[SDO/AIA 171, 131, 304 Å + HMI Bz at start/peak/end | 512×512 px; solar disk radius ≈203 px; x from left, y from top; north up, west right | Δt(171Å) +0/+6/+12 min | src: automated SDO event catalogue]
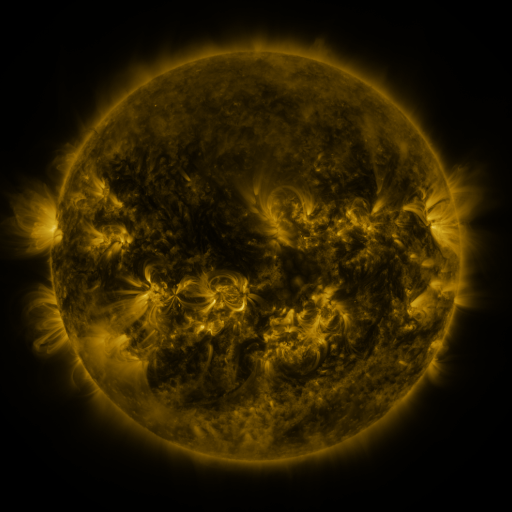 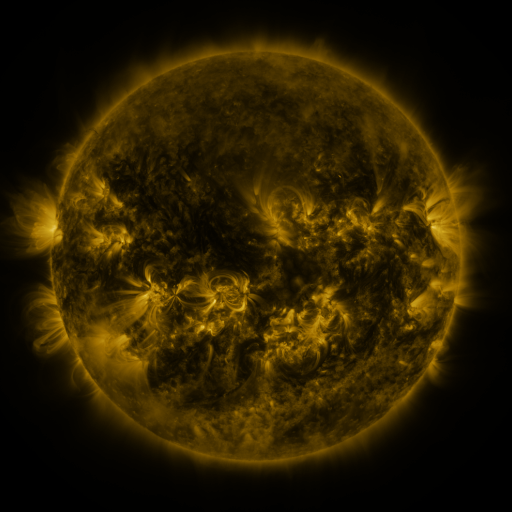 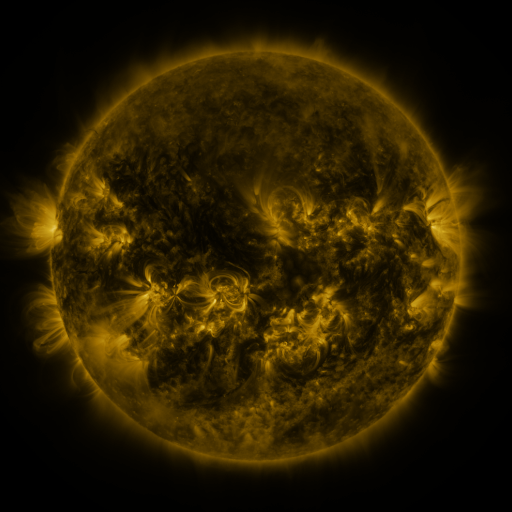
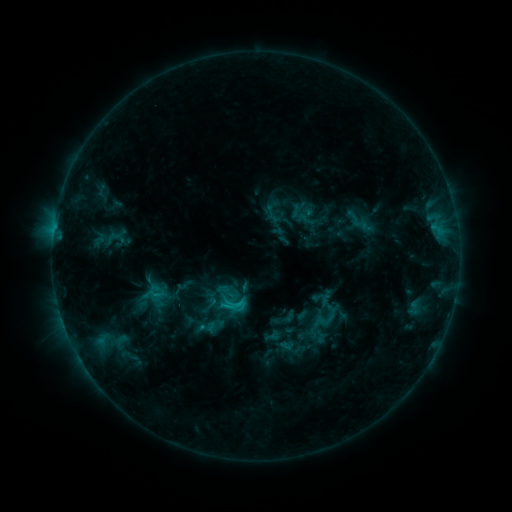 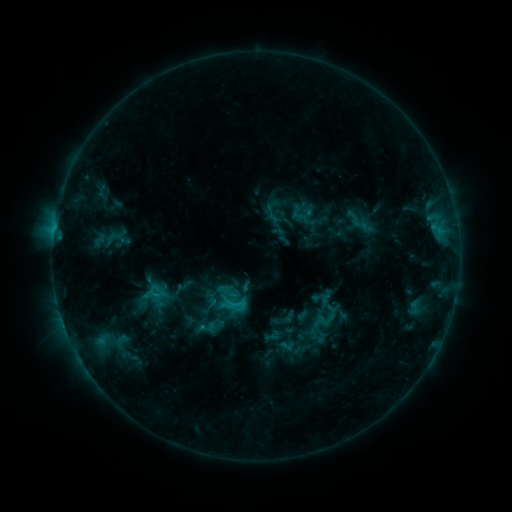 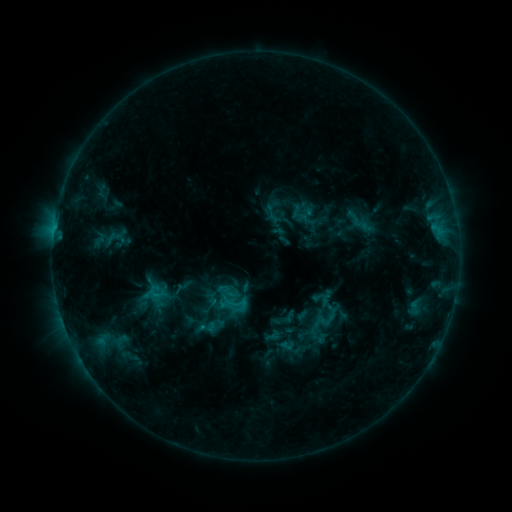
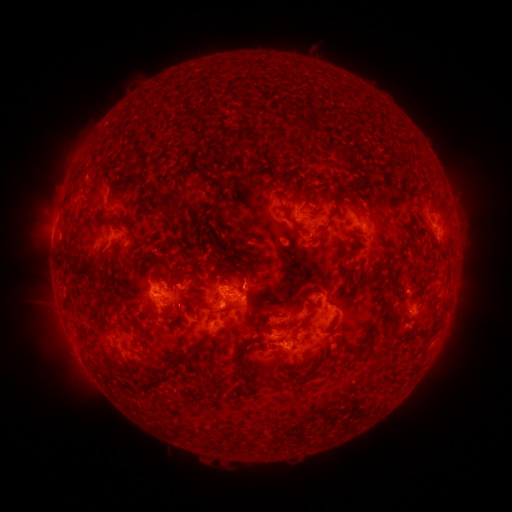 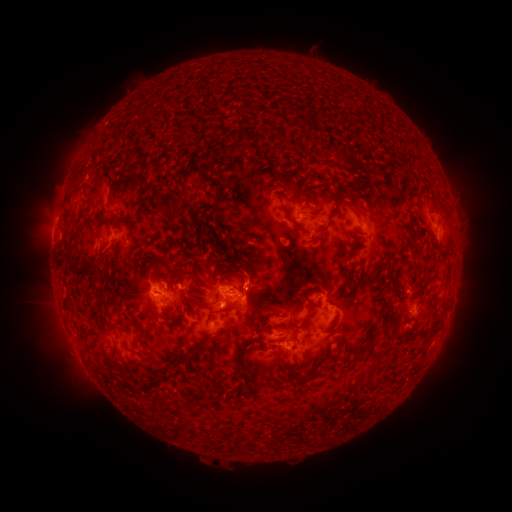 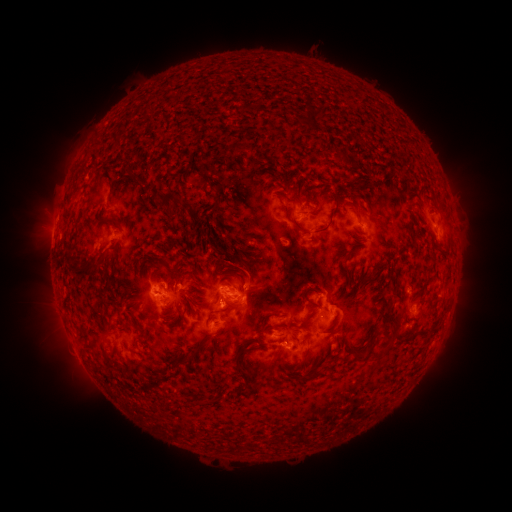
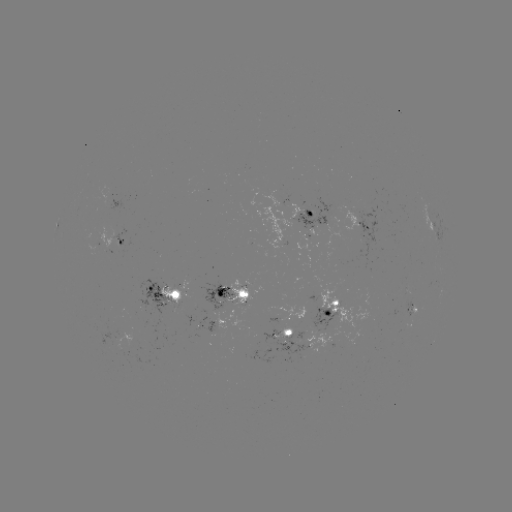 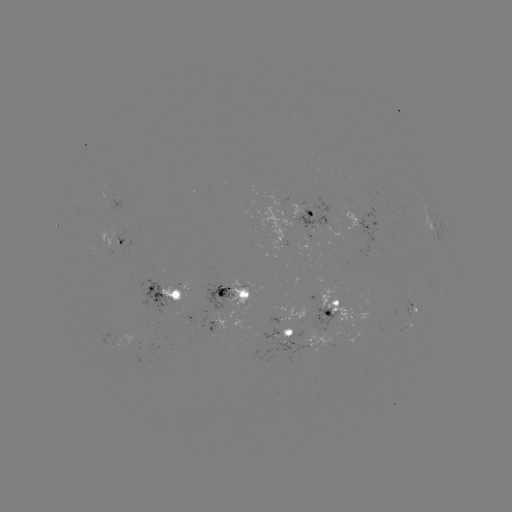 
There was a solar eruption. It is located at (250, 272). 